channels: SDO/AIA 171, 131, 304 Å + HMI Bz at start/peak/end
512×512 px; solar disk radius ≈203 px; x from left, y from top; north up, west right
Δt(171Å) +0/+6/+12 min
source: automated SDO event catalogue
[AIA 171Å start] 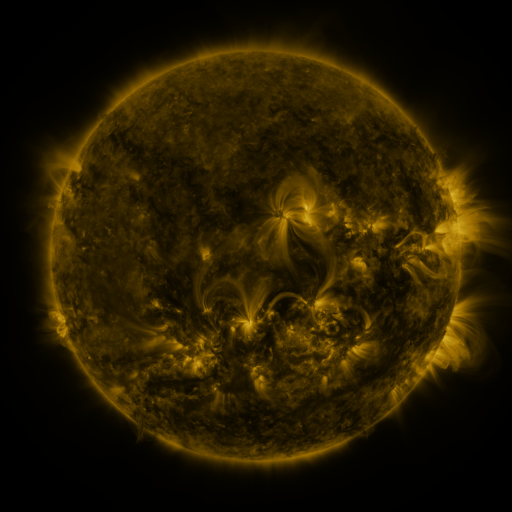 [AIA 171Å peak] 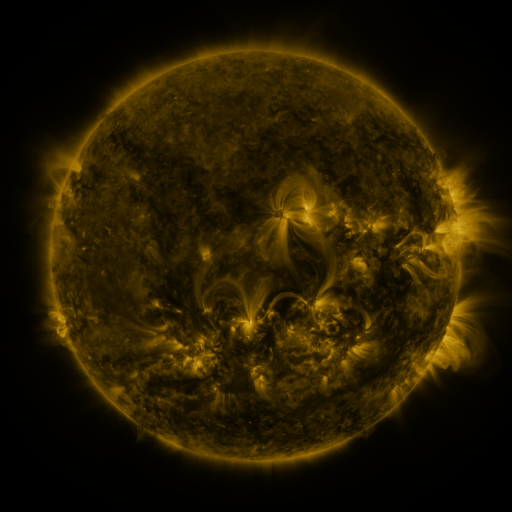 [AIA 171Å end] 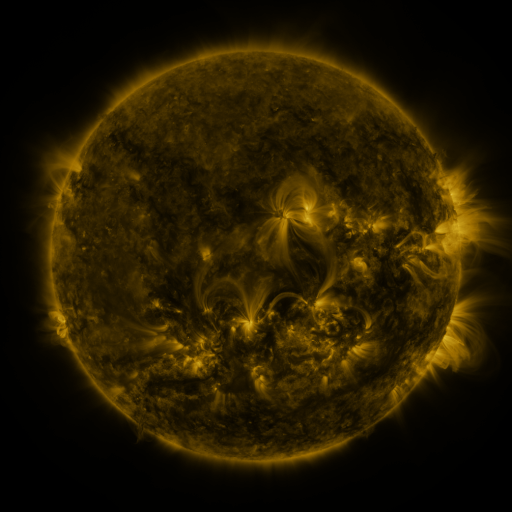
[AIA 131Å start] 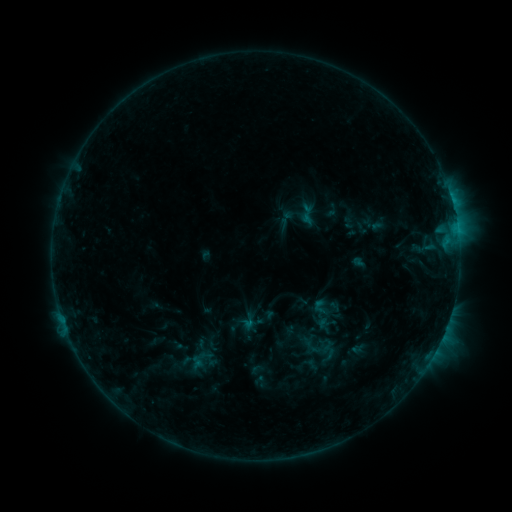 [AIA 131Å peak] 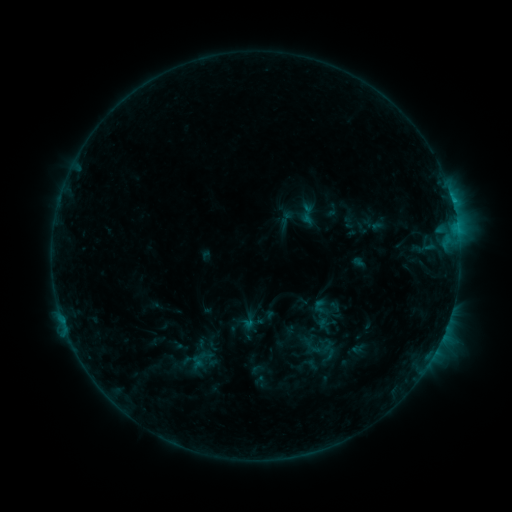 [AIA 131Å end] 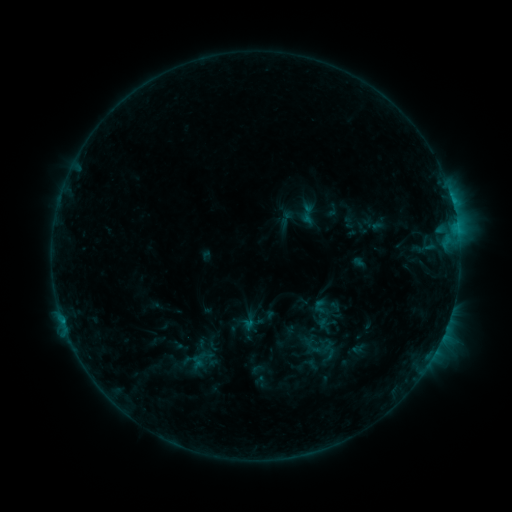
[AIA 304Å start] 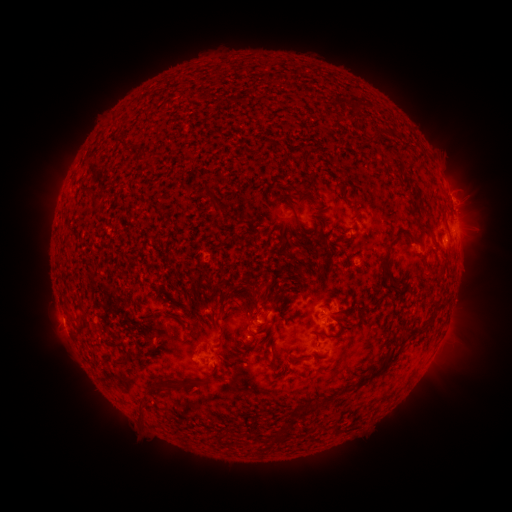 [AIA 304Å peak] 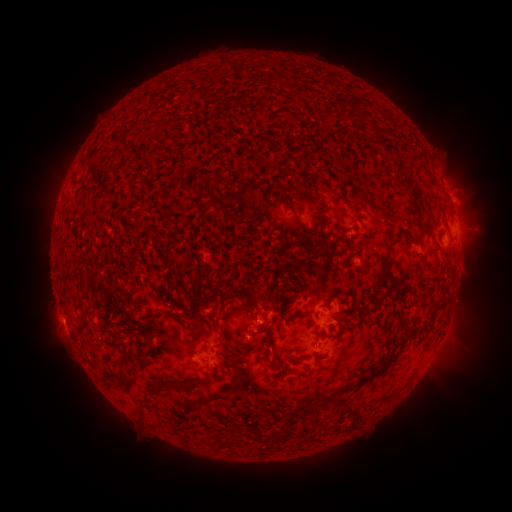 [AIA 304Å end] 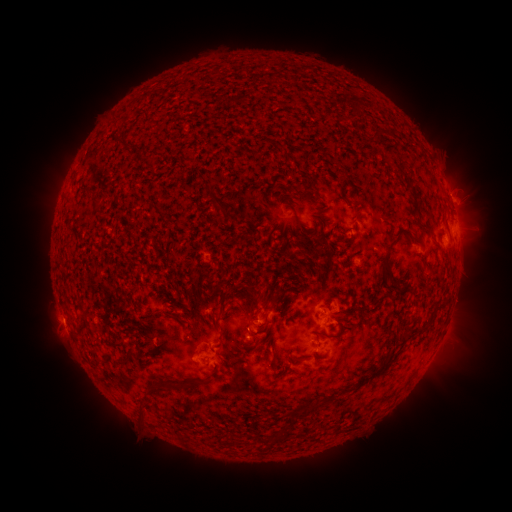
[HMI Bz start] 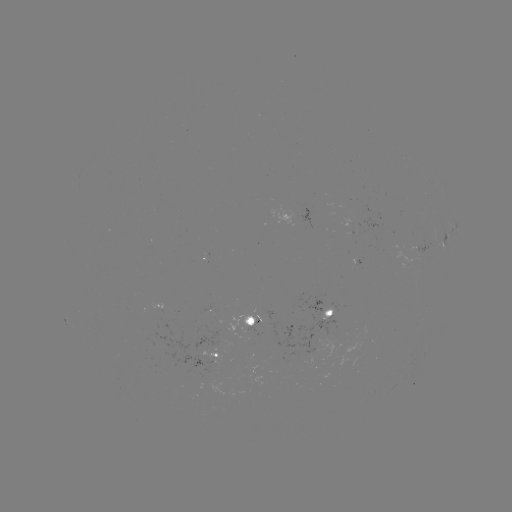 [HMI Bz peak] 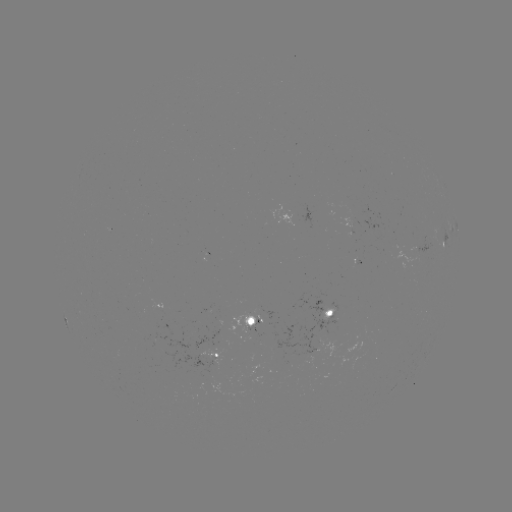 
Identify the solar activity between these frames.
B9.8 flare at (452, 204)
